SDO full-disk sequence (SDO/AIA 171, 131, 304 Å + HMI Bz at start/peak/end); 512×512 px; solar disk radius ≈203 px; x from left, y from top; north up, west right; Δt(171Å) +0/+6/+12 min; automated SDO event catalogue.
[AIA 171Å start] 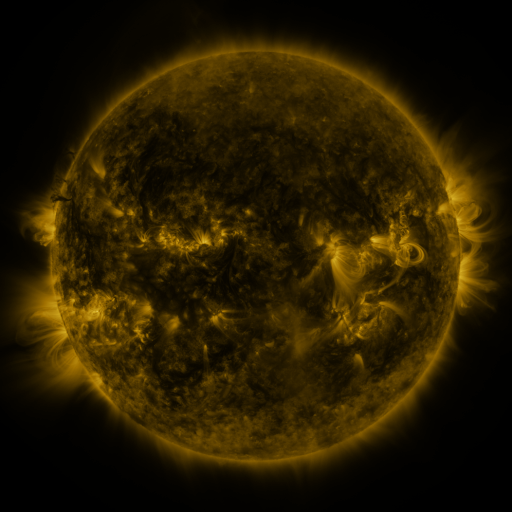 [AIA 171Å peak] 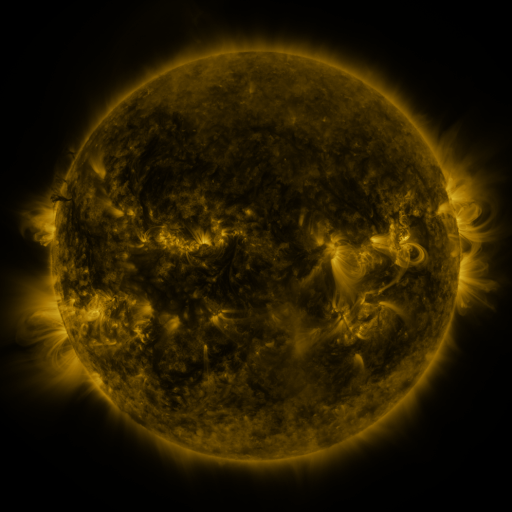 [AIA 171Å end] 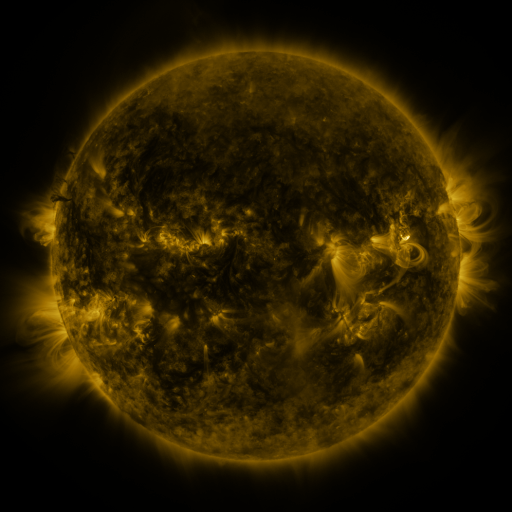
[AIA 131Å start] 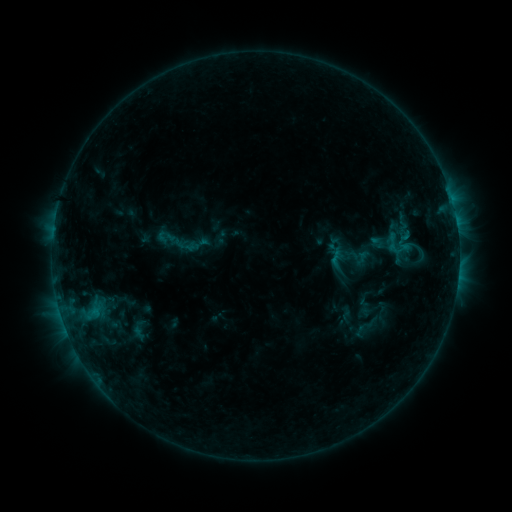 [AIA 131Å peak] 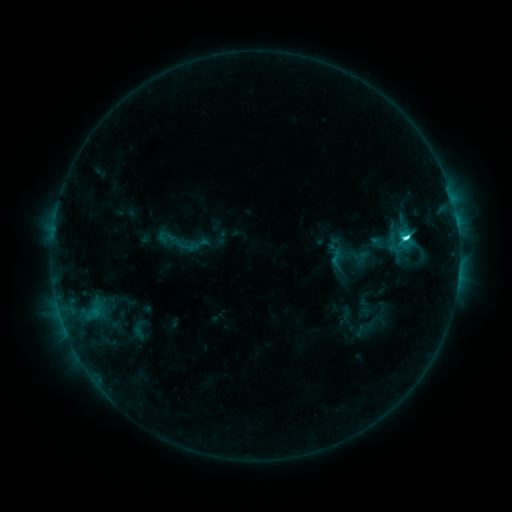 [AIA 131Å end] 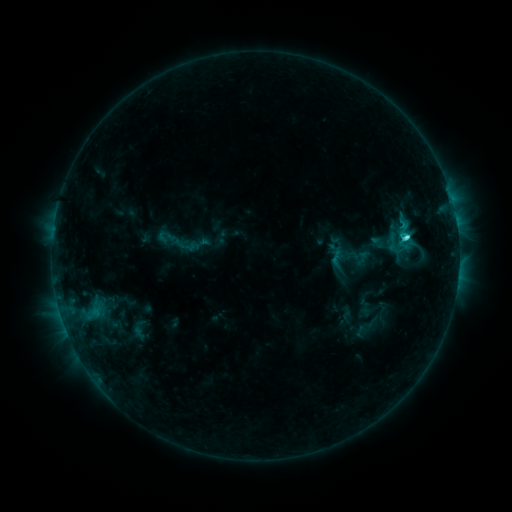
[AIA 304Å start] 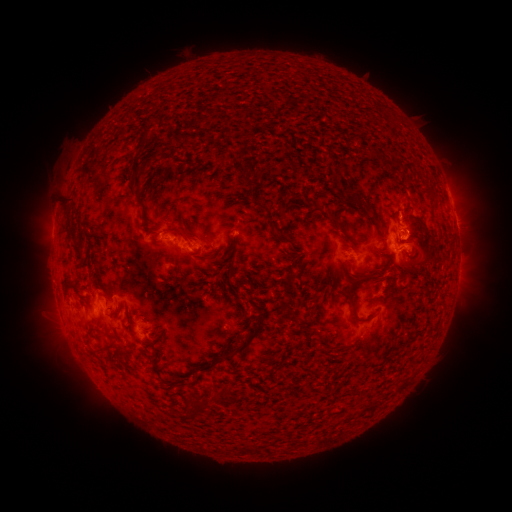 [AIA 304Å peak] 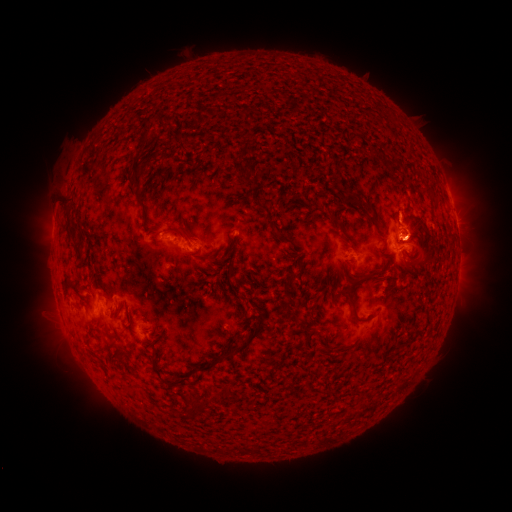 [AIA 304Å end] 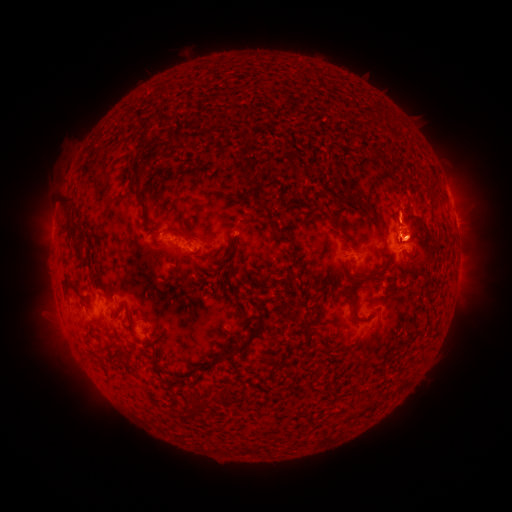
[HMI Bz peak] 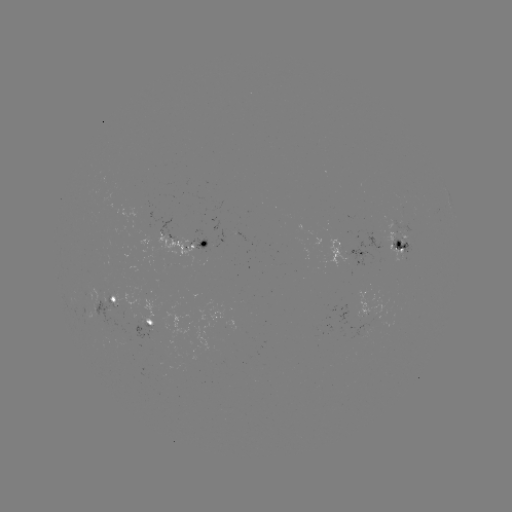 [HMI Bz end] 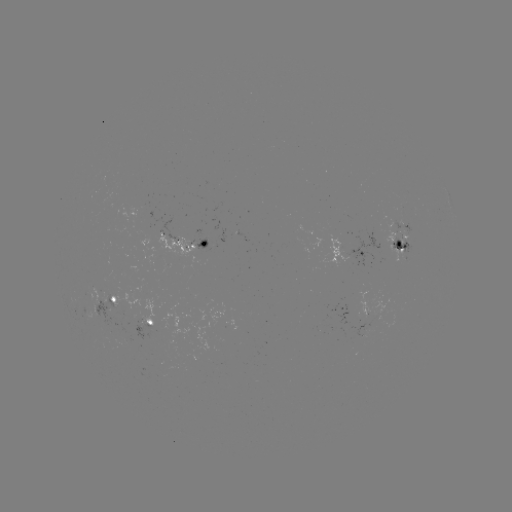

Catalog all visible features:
C4.0 flare: (405, 240)
